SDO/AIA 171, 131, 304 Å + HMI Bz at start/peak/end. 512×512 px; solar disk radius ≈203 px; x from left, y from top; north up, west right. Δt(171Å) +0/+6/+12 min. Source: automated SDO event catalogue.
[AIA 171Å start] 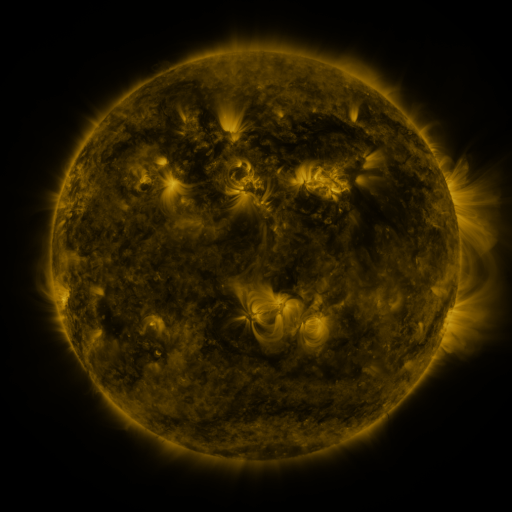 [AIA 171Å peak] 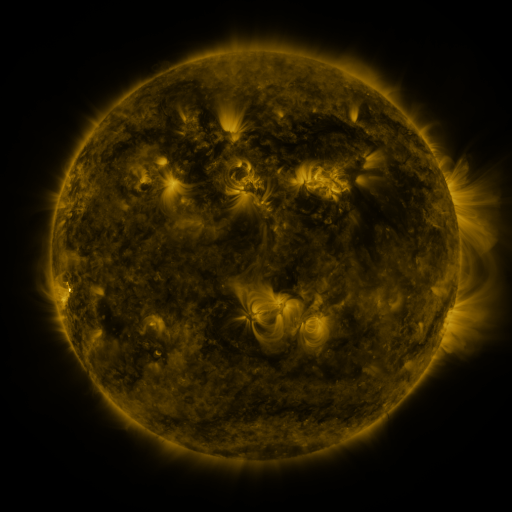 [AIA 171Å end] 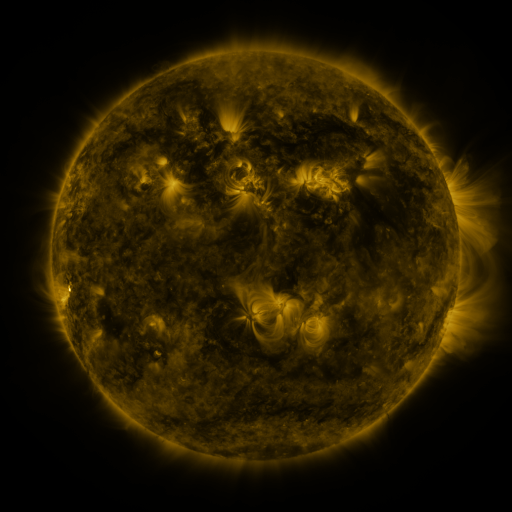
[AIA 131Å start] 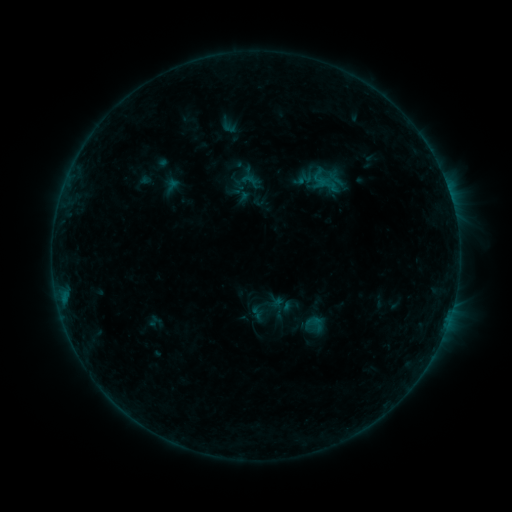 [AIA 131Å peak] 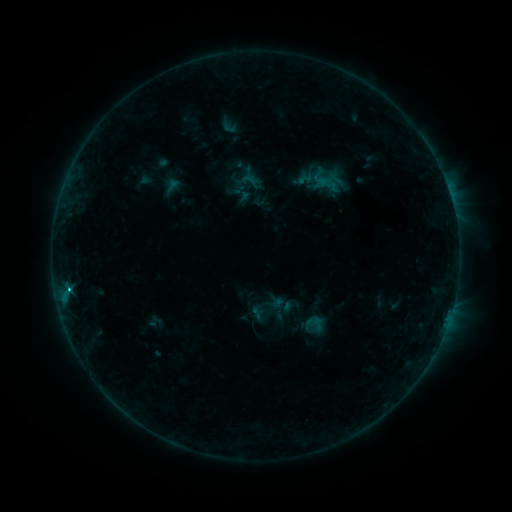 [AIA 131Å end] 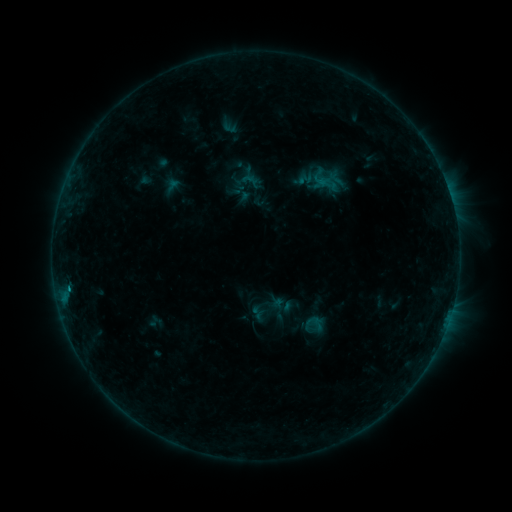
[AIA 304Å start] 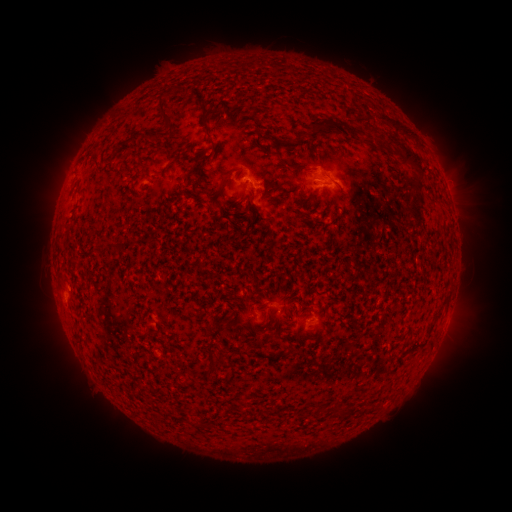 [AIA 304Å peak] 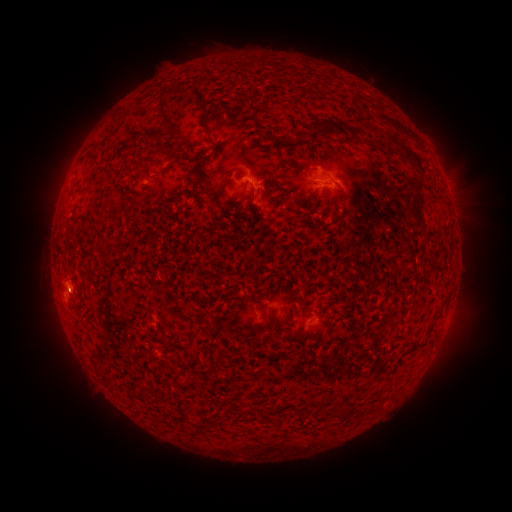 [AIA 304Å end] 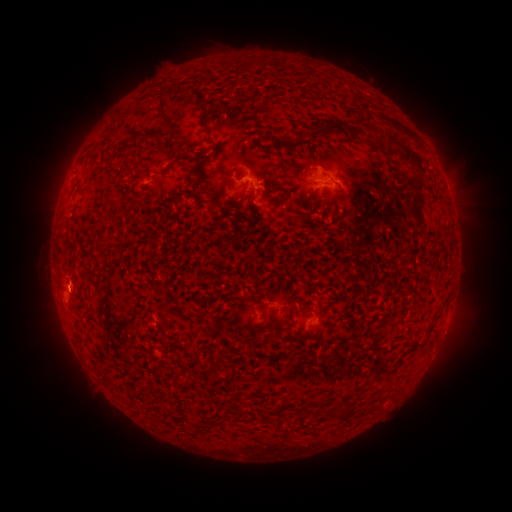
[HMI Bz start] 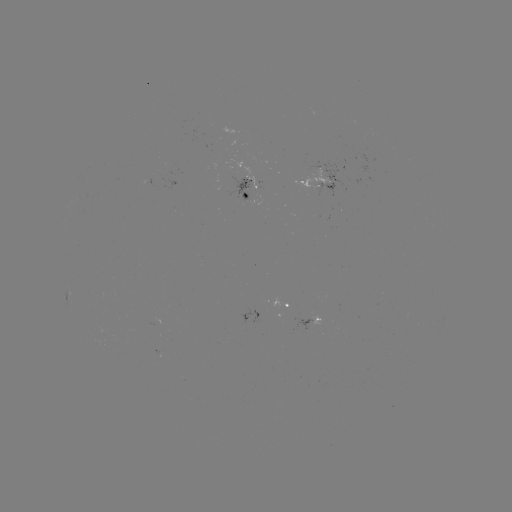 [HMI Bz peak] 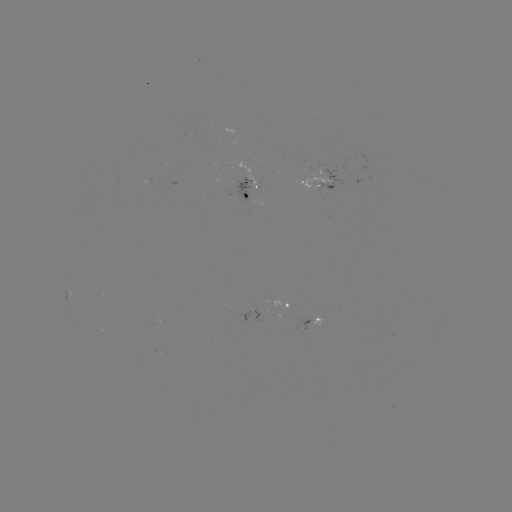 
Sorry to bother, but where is B8.8 flare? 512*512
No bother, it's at (70, 289).